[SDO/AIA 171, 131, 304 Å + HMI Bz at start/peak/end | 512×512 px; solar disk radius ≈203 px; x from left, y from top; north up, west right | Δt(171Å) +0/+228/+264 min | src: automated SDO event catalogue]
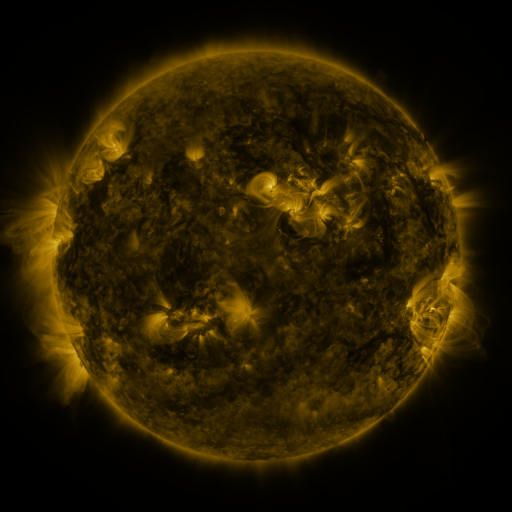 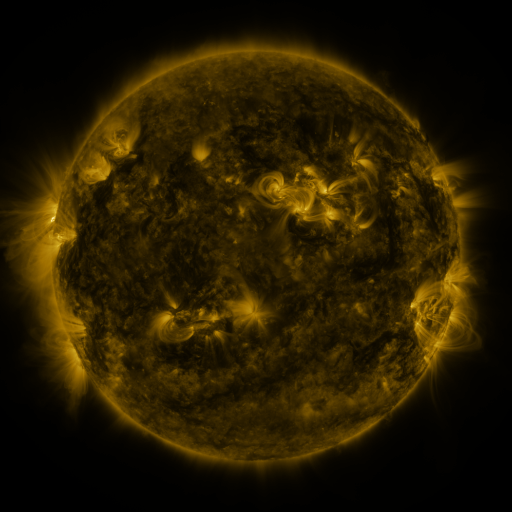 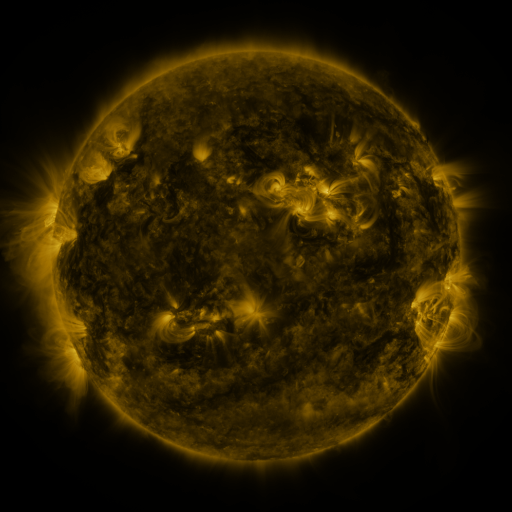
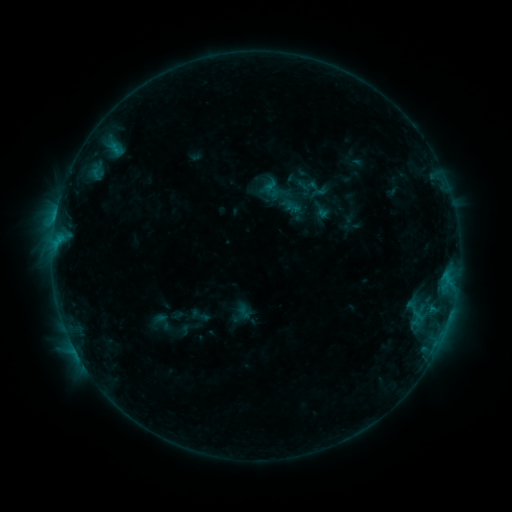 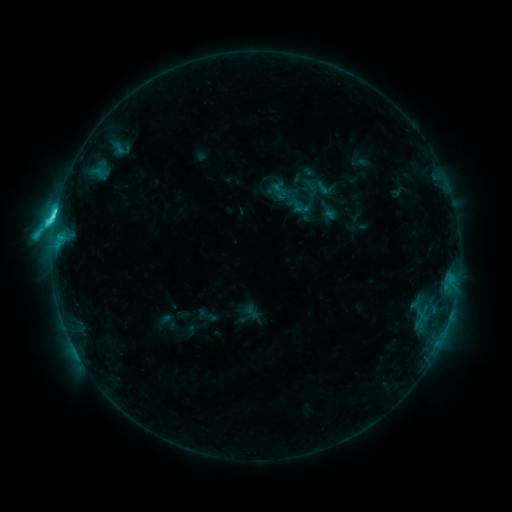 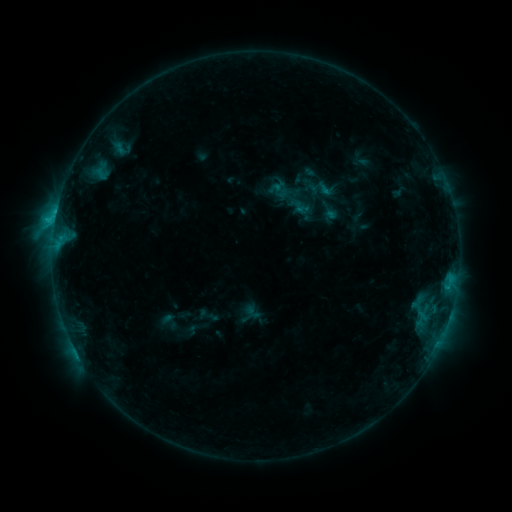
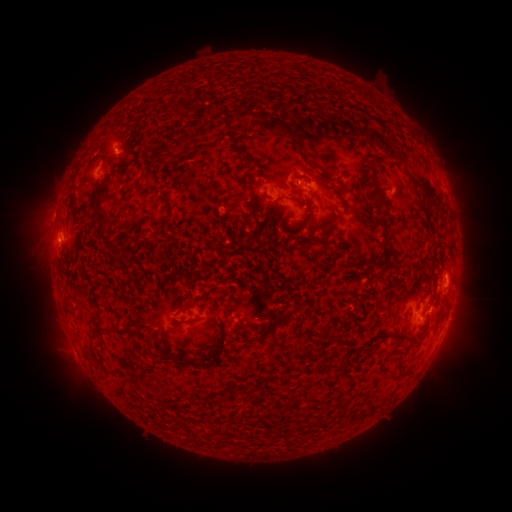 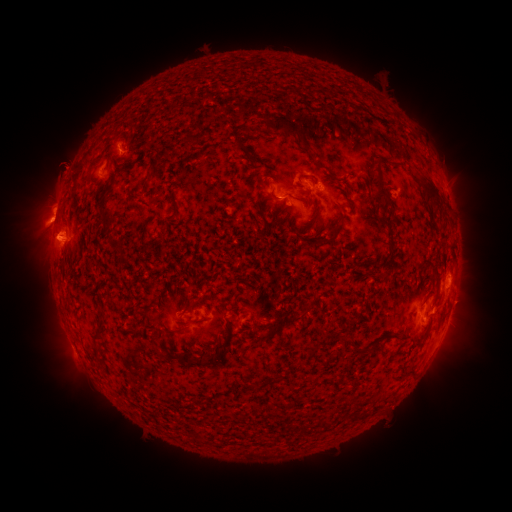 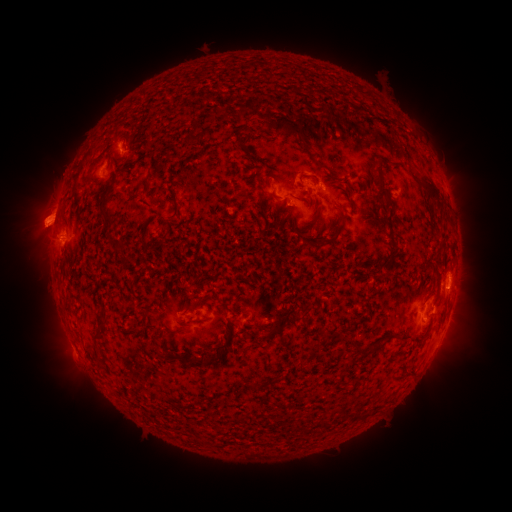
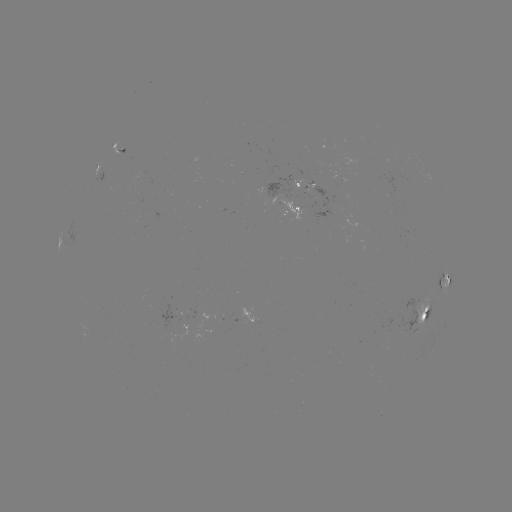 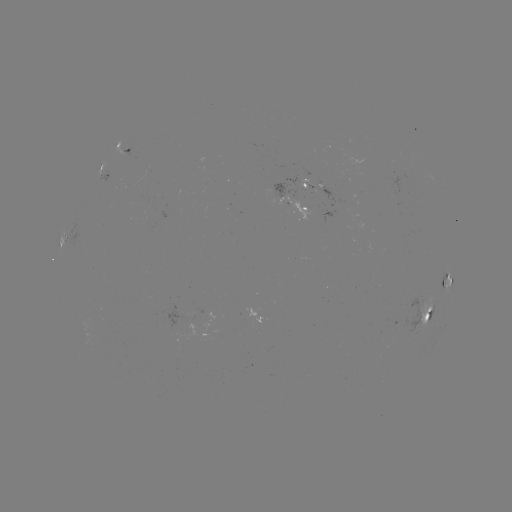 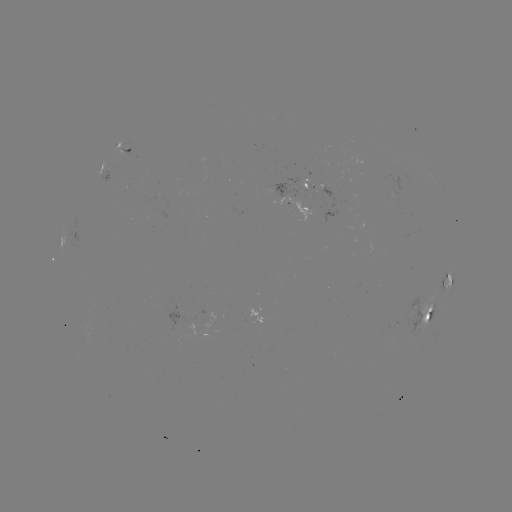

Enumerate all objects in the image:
emerging-flux region: (123, 145)
